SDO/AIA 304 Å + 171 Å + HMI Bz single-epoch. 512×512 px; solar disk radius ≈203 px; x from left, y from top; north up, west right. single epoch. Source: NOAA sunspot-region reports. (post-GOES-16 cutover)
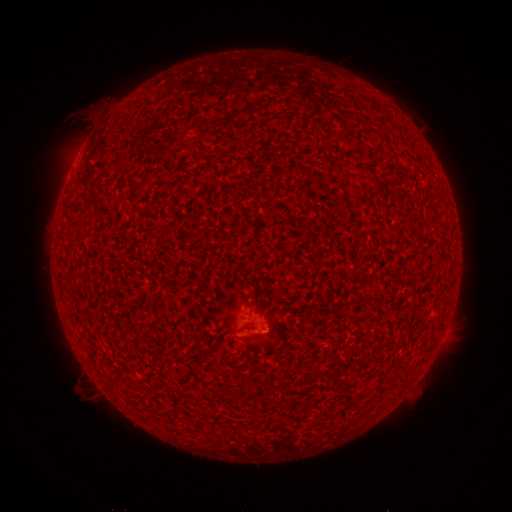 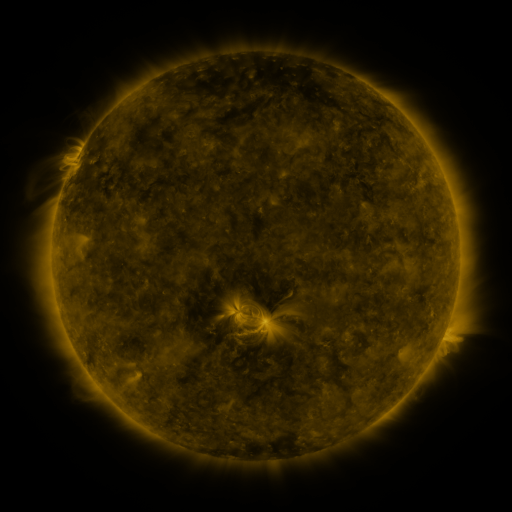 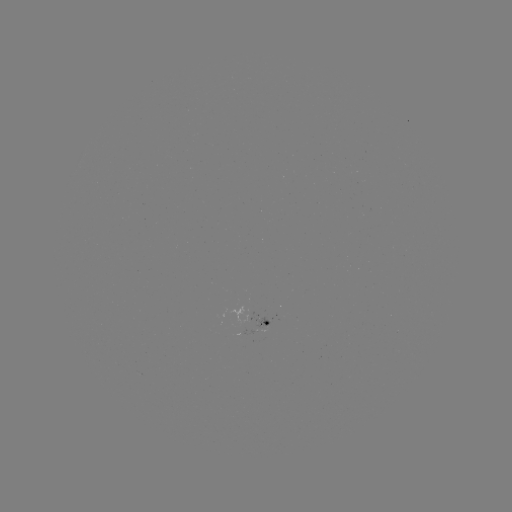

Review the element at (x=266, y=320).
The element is spotted active region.